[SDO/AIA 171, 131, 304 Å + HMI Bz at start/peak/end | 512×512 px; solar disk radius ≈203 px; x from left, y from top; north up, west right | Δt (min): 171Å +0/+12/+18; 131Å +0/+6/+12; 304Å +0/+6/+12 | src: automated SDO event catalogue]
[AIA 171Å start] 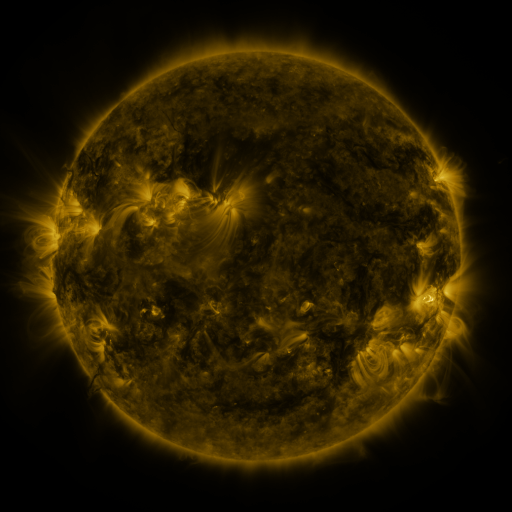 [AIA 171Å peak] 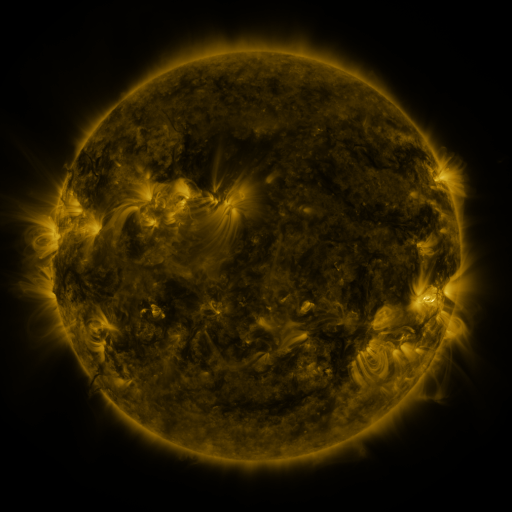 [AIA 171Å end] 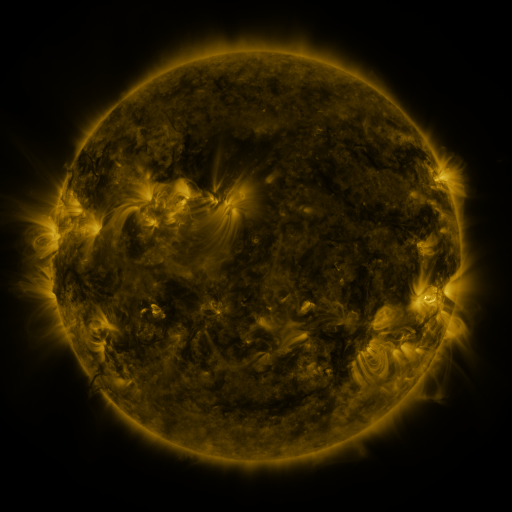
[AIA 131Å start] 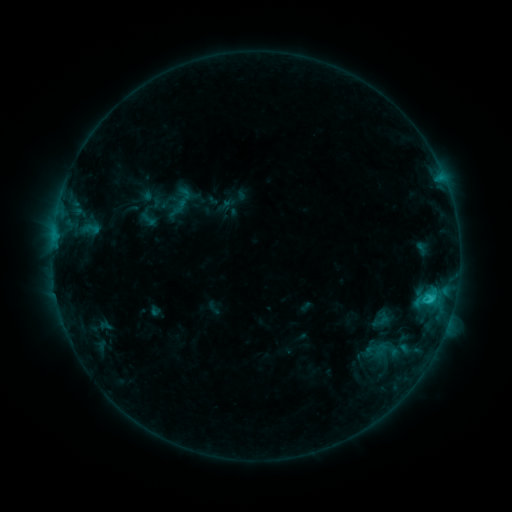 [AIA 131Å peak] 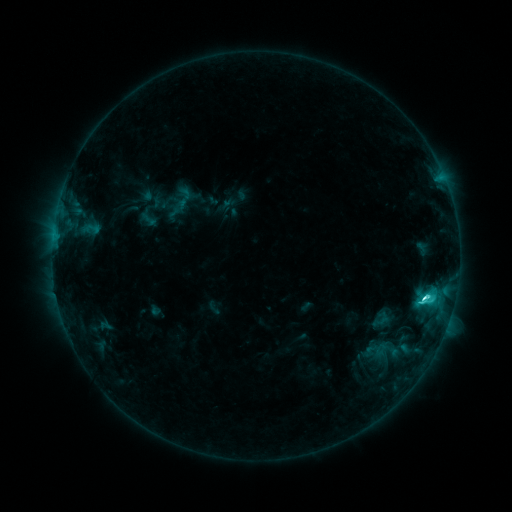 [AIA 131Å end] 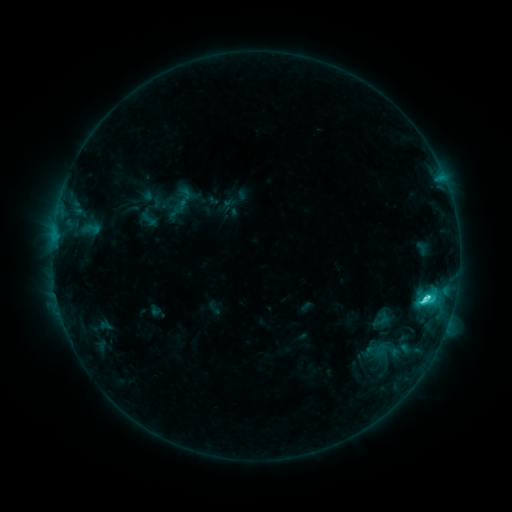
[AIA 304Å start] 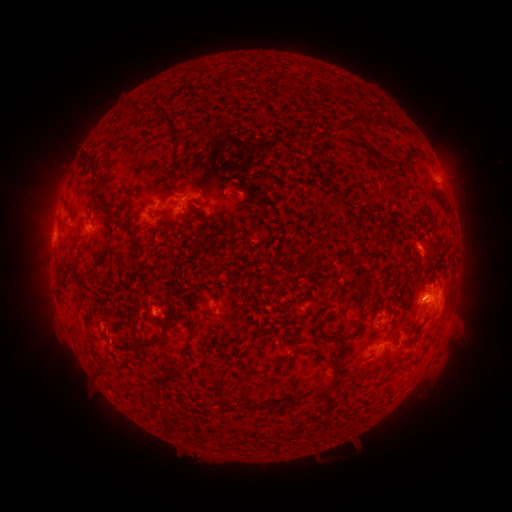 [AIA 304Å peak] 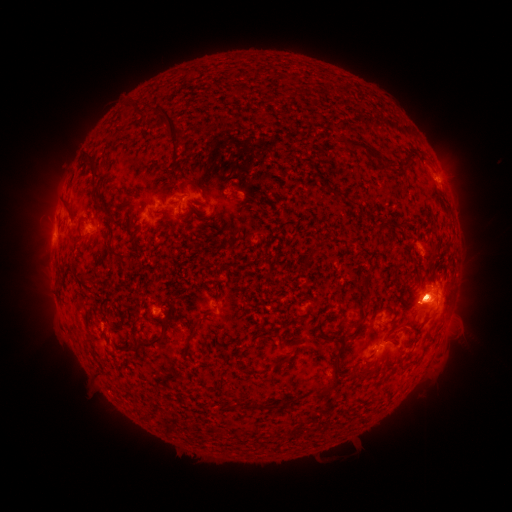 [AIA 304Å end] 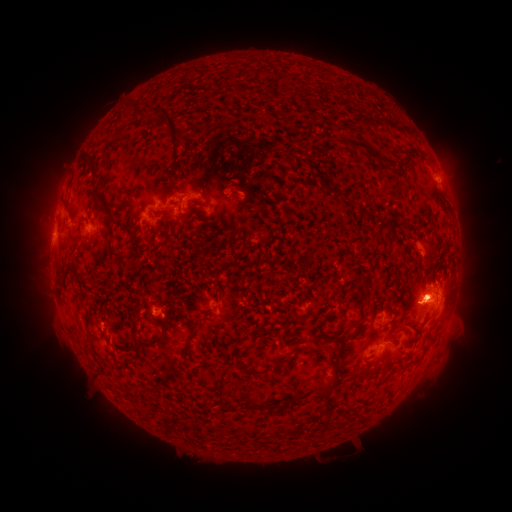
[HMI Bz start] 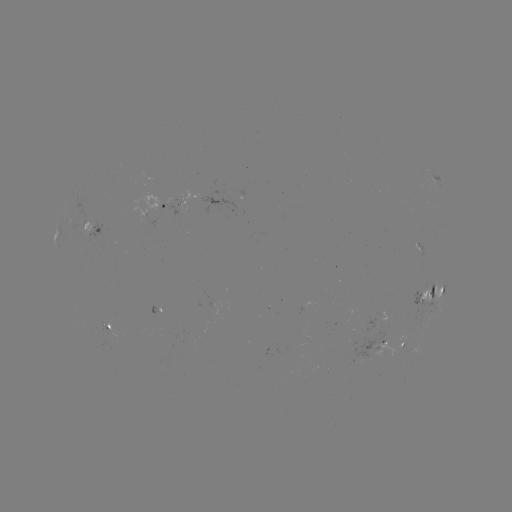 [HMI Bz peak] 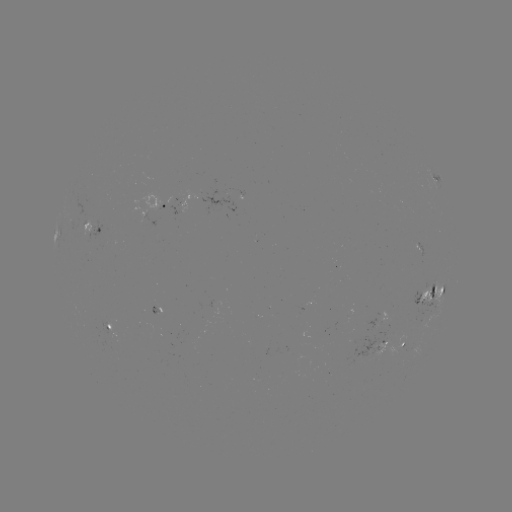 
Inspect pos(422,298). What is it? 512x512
C5.8 flare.